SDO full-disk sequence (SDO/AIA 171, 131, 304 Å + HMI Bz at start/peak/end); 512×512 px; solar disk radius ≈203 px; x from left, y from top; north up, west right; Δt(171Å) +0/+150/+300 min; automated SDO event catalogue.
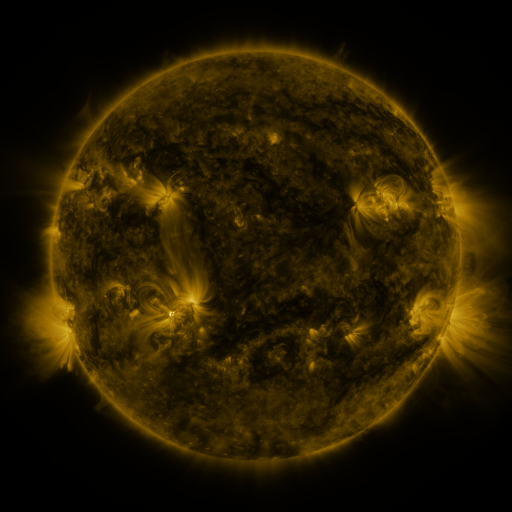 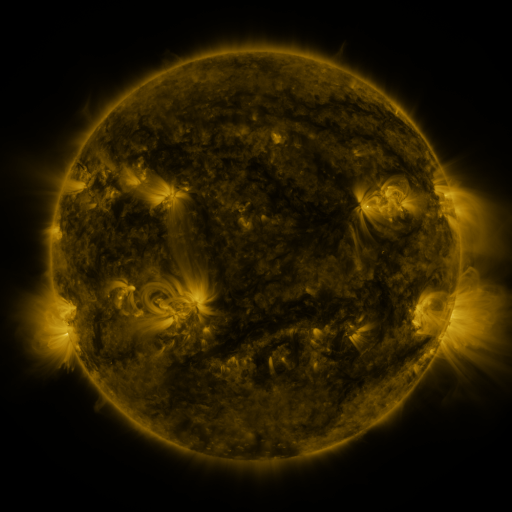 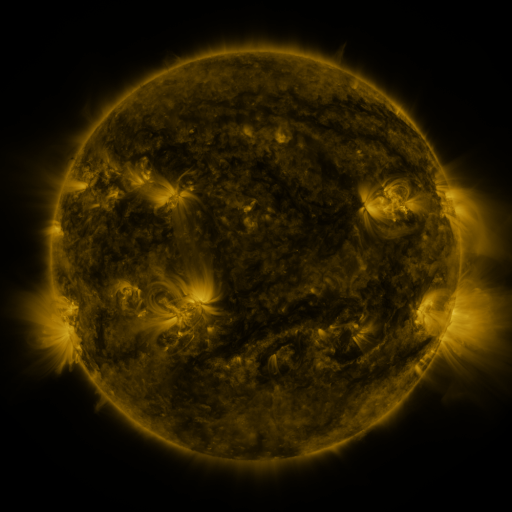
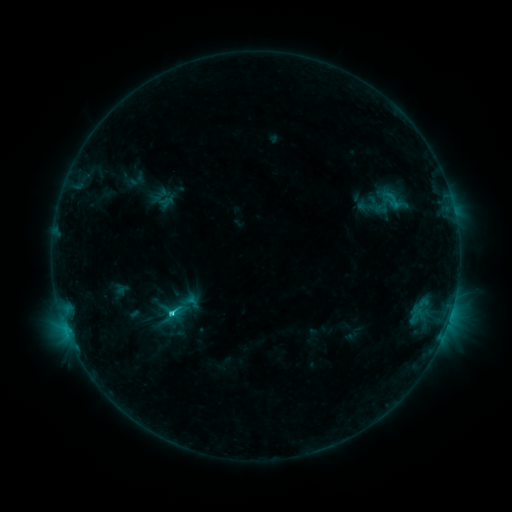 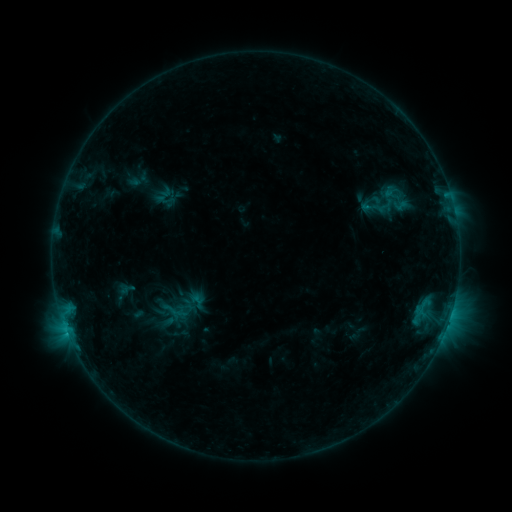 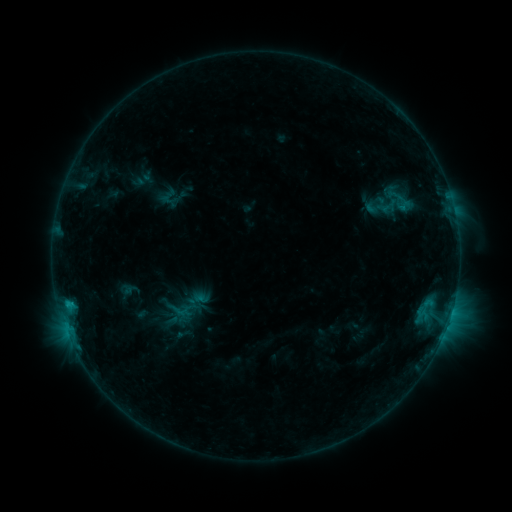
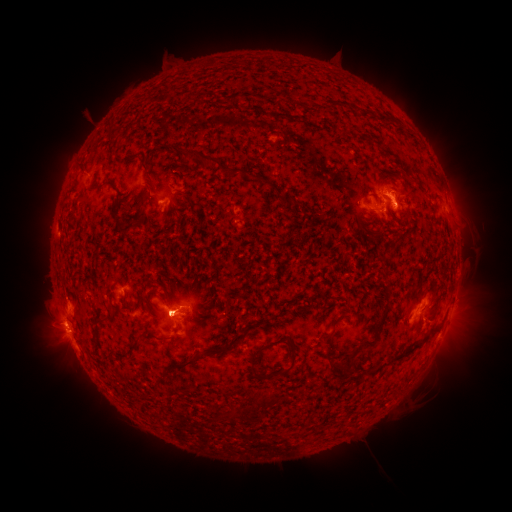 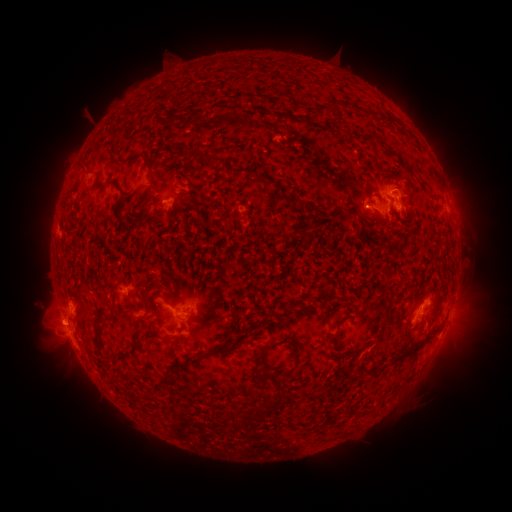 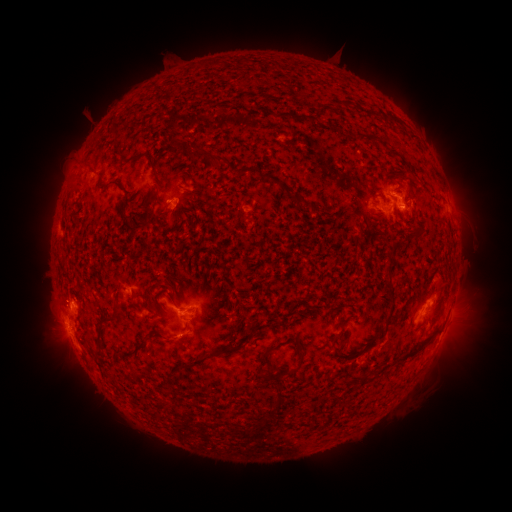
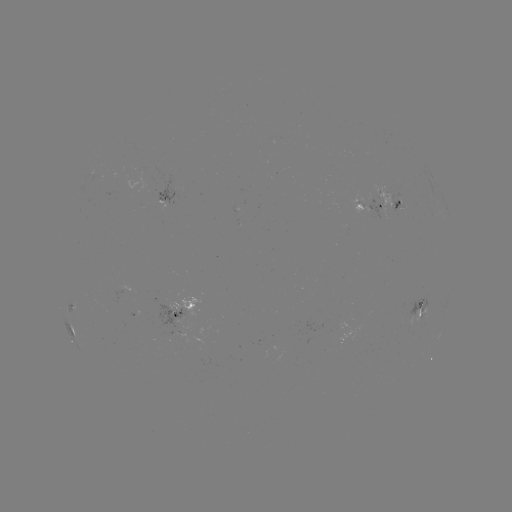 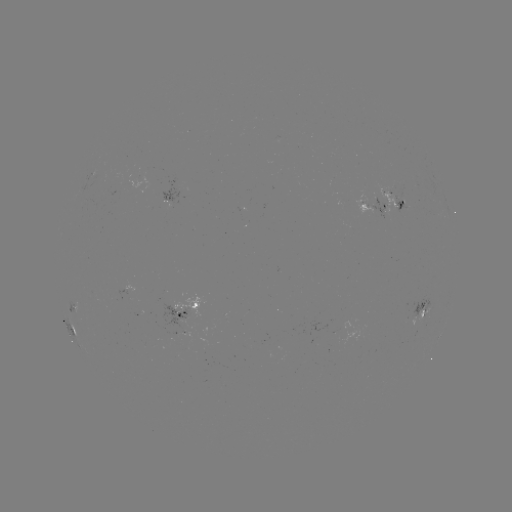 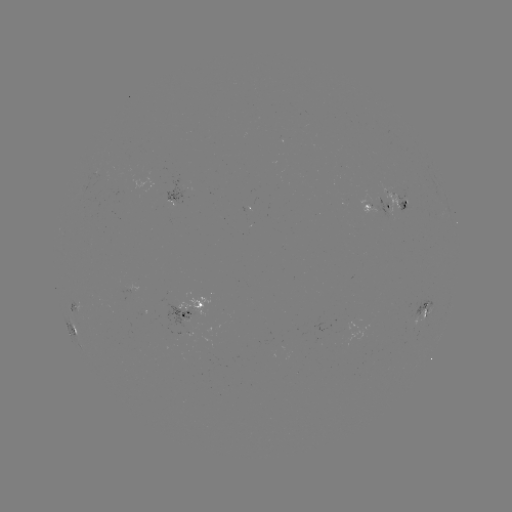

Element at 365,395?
filament eruption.